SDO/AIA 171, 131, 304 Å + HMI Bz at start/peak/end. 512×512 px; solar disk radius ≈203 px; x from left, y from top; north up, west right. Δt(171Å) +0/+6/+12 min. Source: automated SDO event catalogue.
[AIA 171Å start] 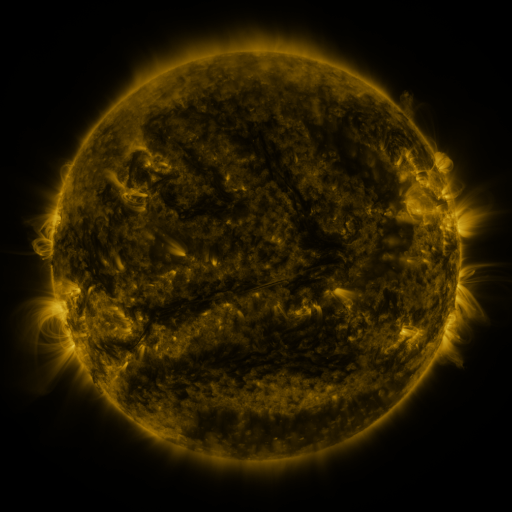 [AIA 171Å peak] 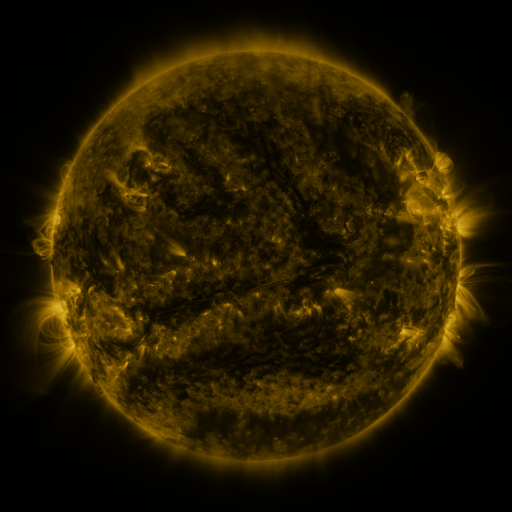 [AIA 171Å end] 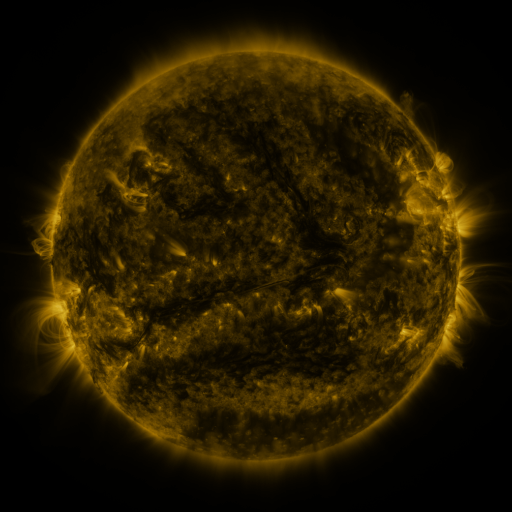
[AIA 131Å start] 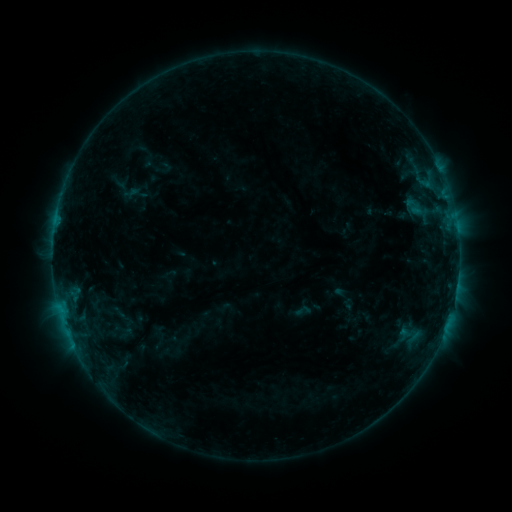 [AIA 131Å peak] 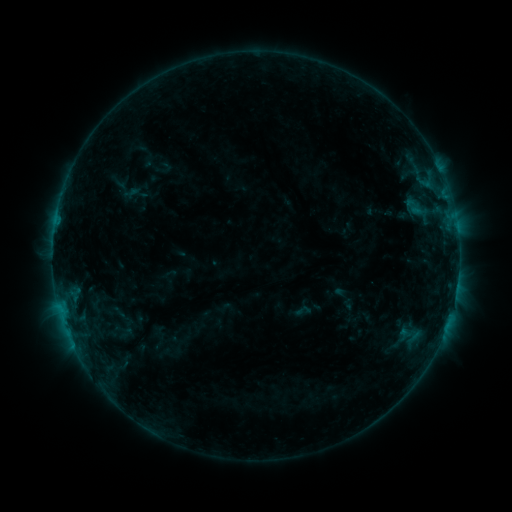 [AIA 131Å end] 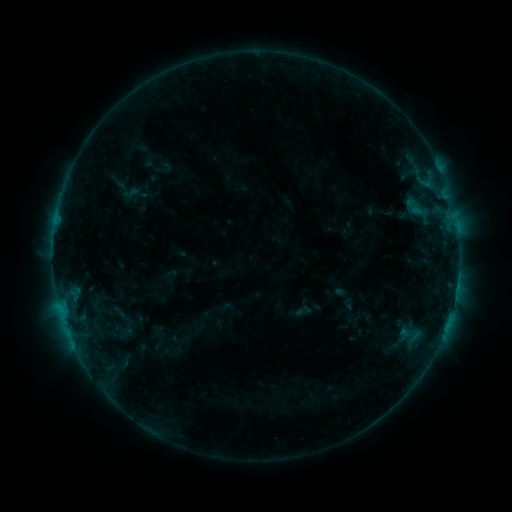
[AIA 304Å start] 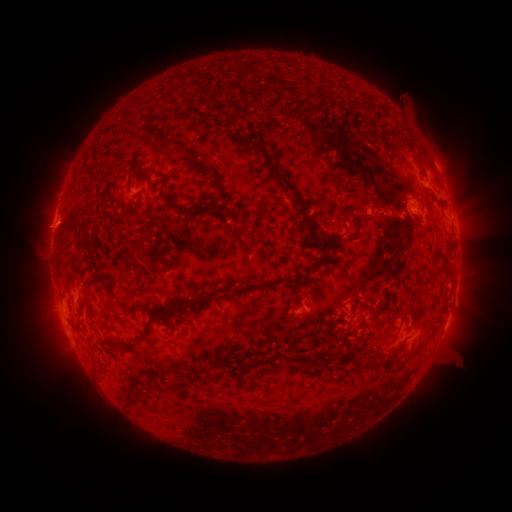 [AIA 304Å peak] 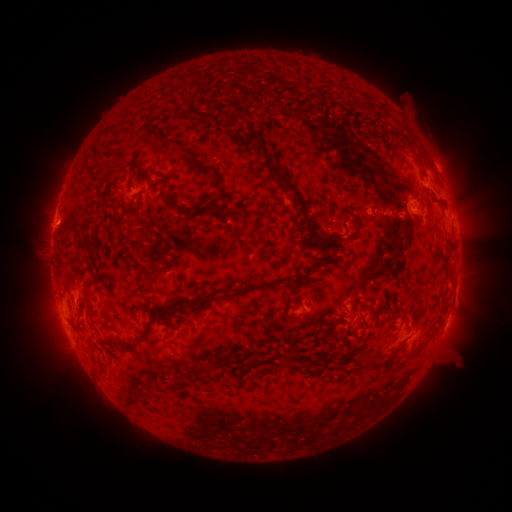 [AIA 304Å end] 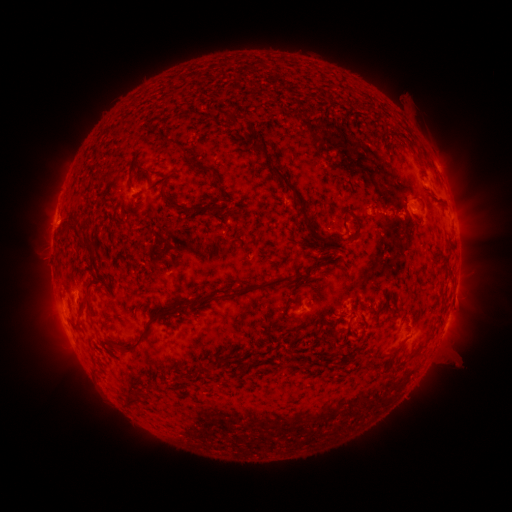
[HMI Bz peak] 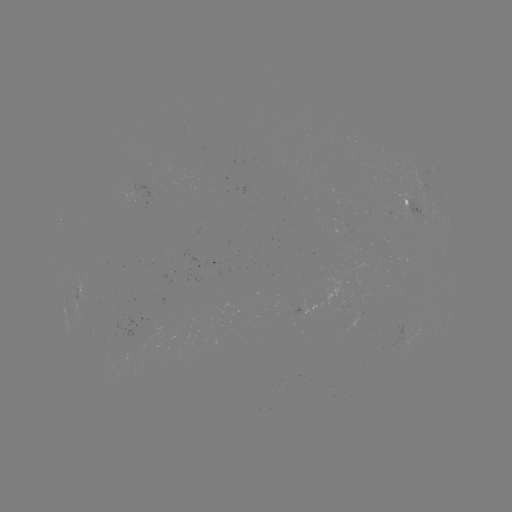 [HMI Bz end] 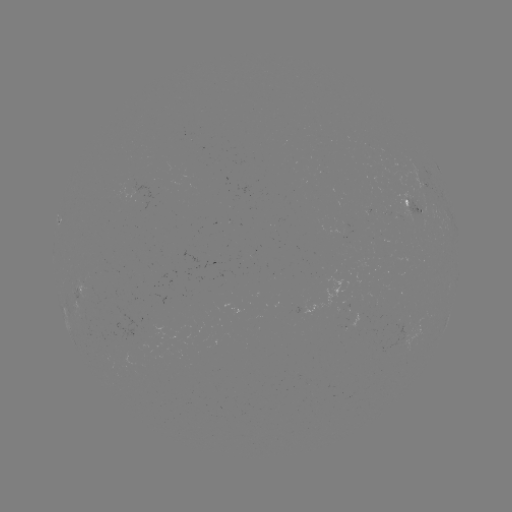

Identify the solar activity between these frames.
no catalogued flare and no flagged EUV brightening in this window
